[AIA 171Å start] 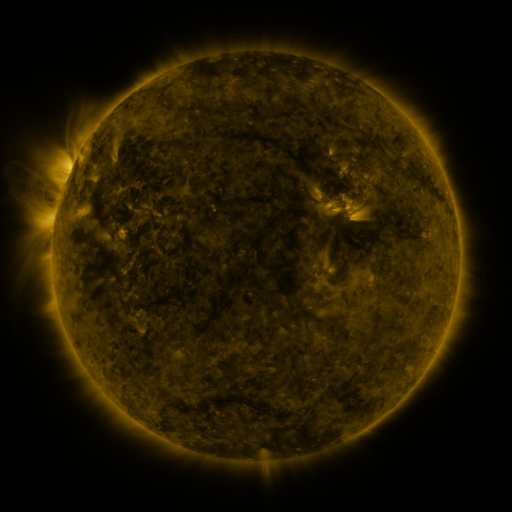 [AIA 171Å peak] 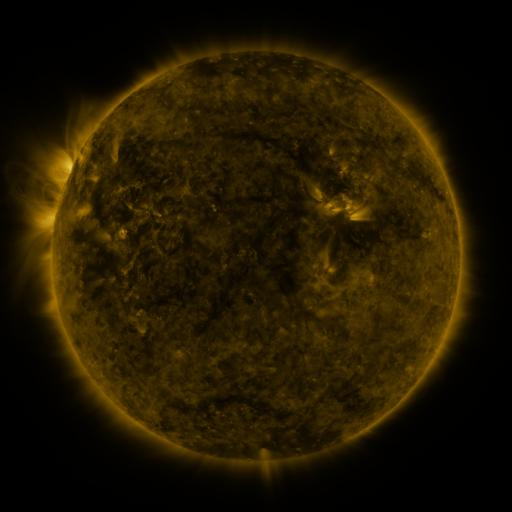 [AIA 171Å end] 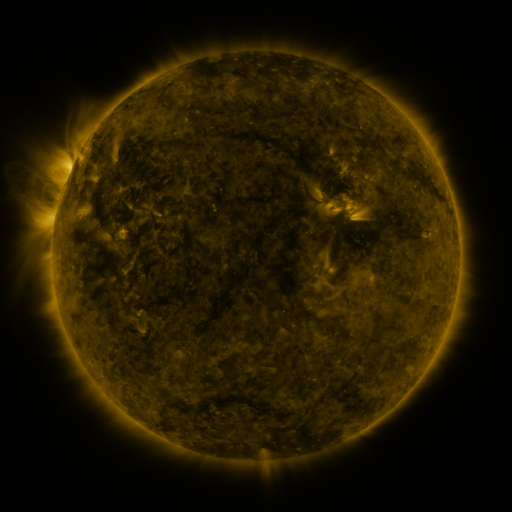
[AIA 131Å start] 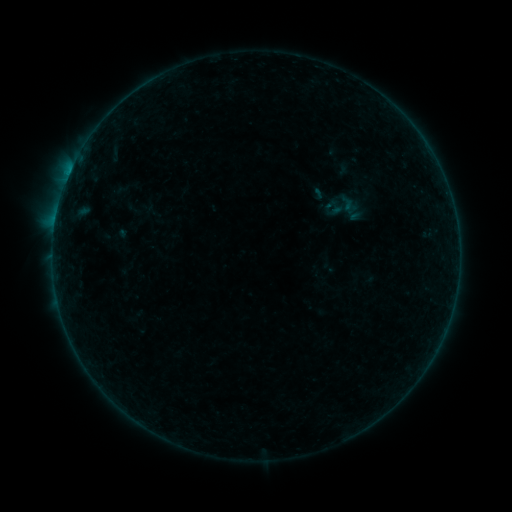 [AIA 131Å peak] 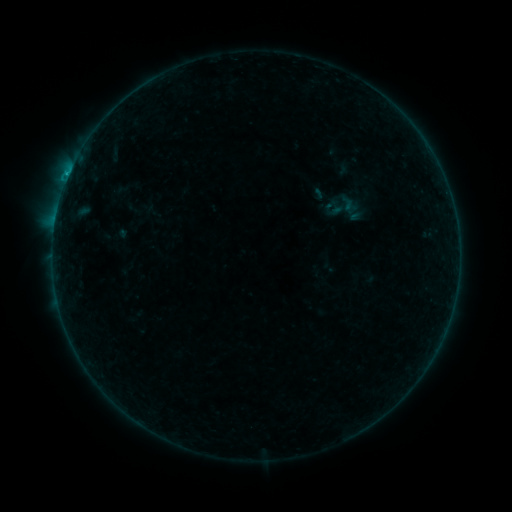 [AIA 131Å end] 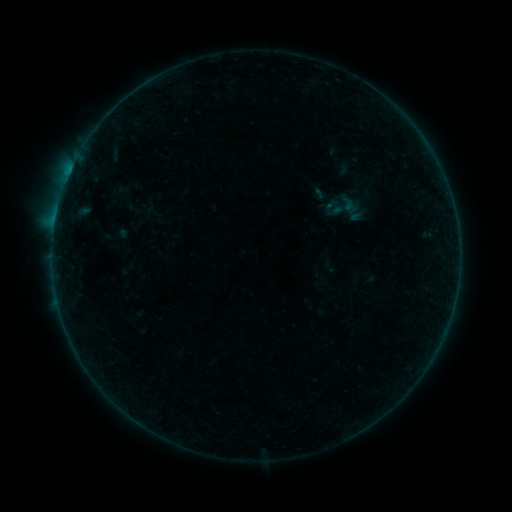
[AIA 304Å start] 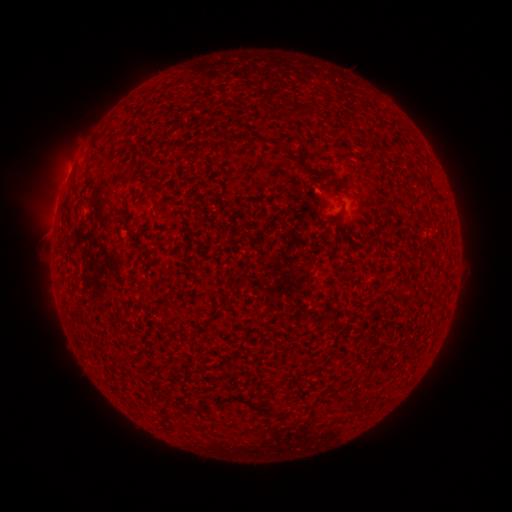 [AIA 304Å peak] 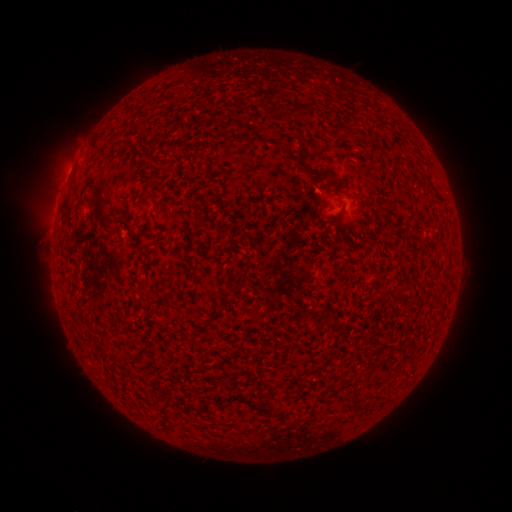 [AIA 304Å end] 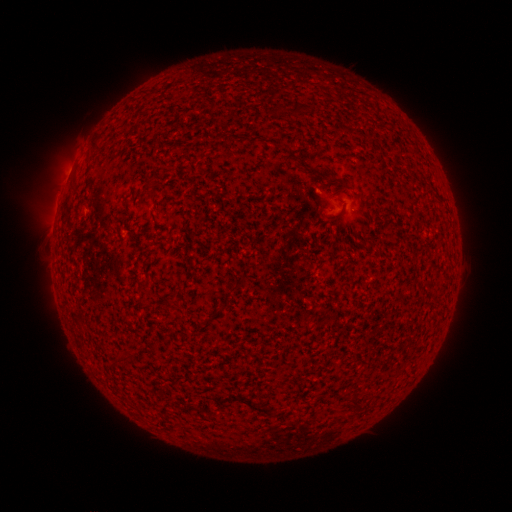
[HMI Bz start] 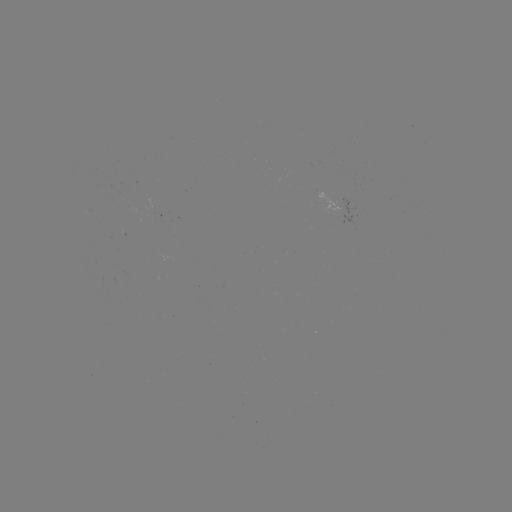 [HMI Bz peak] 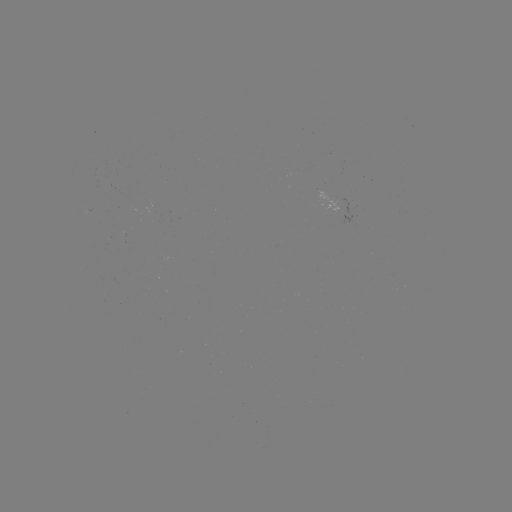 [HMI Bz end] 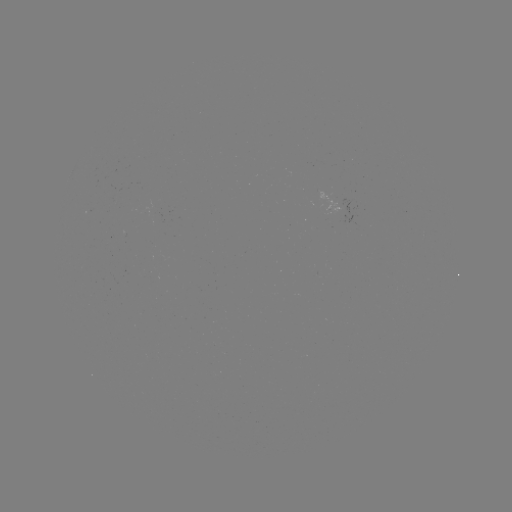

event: flare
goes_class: B3.6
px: (69, 176)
